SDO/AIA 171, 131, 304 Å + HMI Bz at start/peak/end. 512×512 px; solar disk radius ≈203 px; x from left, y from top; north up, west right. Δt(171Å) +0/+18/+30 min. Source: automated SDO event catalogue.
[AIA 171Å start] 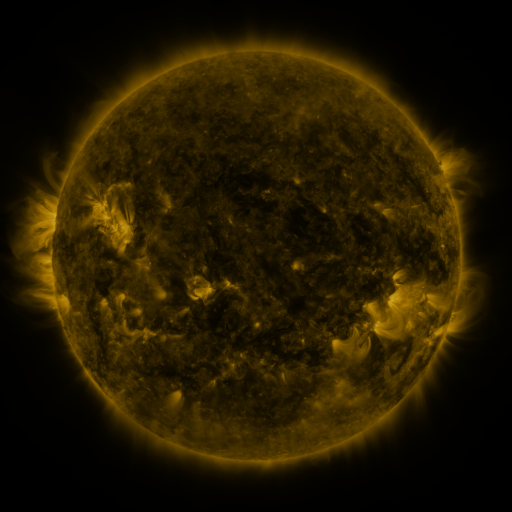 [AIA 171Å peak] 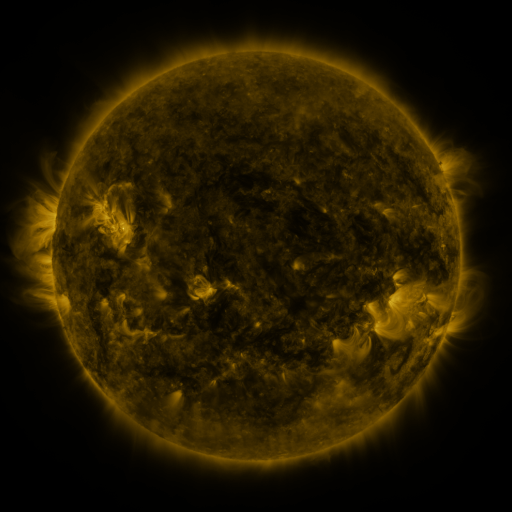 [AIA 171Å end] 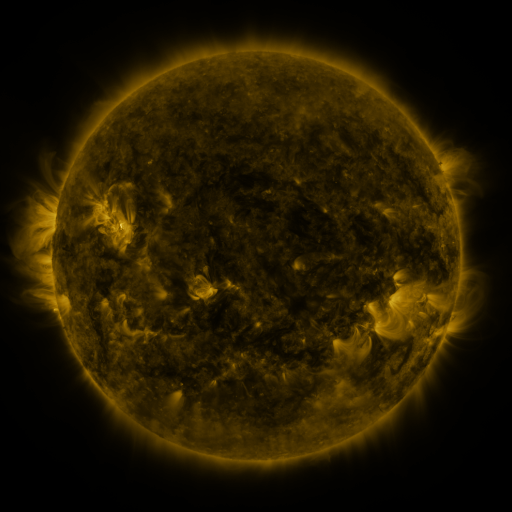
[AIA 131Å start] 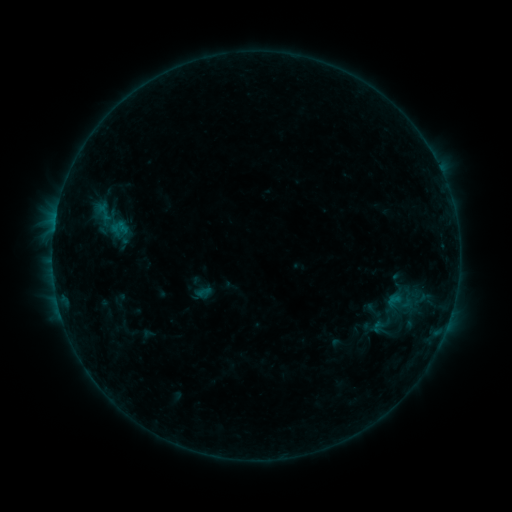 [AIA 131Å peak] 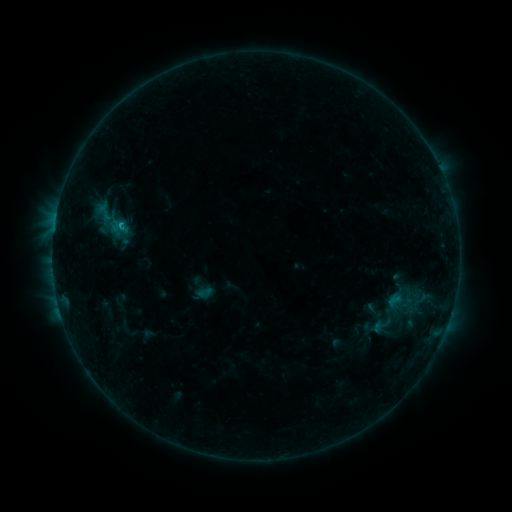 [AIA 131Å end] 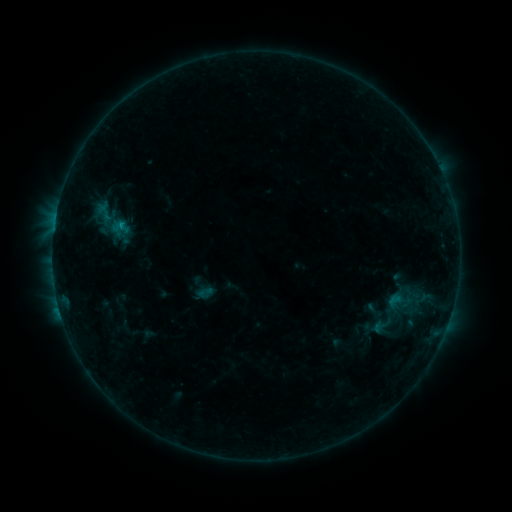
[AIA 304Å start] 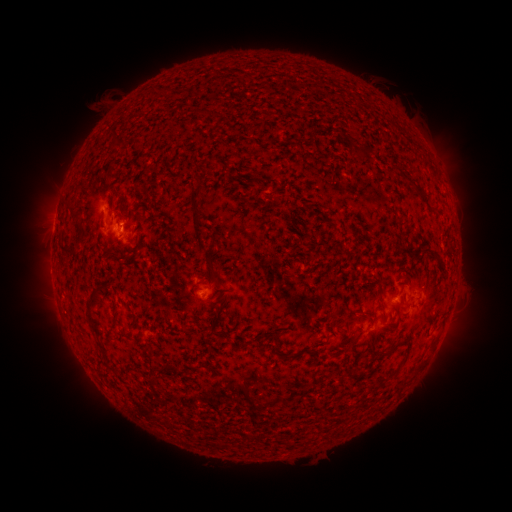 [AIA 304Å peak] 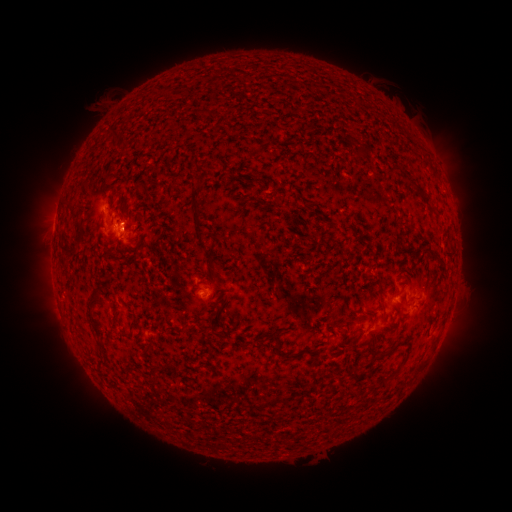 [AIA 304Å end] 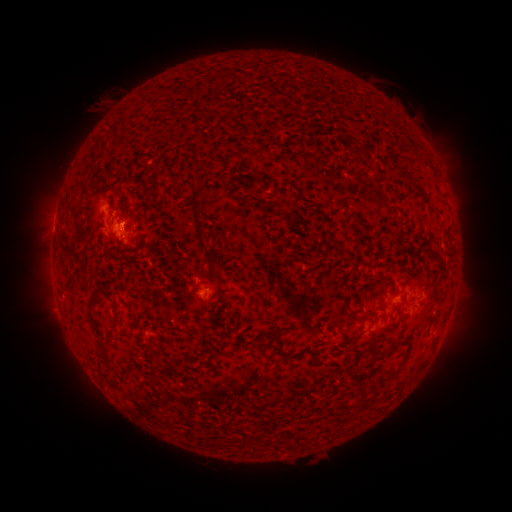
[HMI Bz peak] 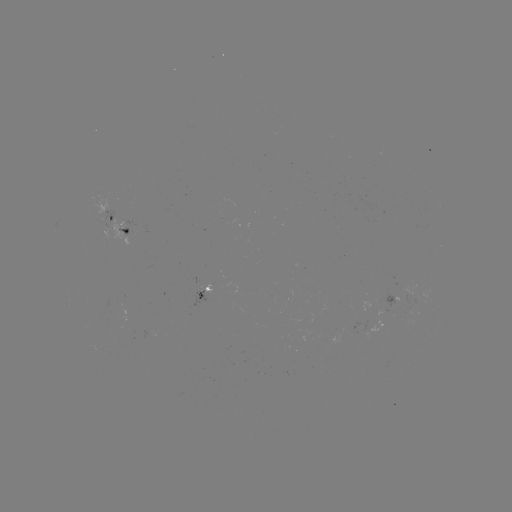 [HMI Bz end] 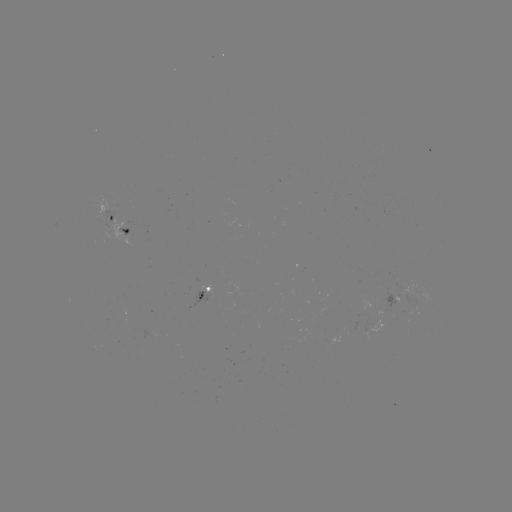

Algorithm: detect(B6.4 flare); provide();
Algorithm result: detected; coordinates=[121, 226]